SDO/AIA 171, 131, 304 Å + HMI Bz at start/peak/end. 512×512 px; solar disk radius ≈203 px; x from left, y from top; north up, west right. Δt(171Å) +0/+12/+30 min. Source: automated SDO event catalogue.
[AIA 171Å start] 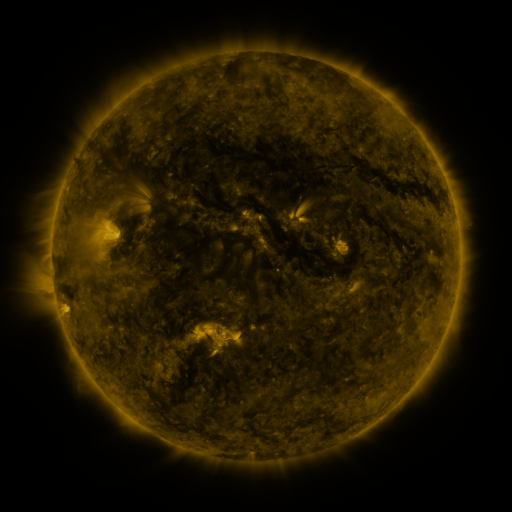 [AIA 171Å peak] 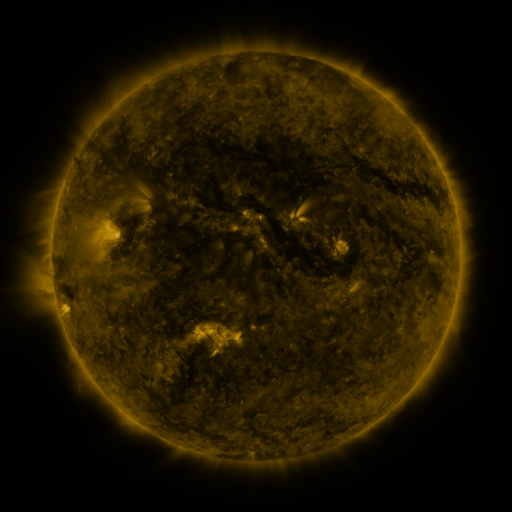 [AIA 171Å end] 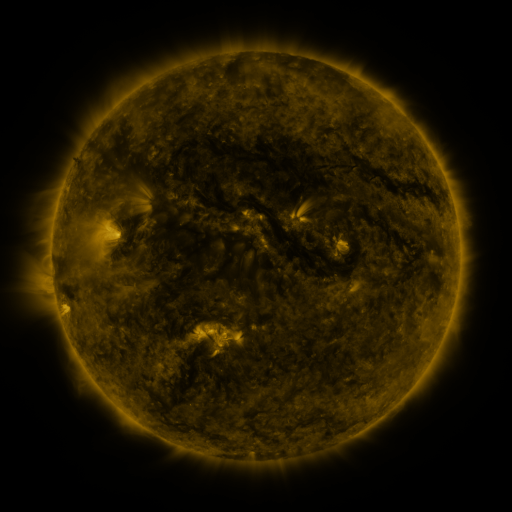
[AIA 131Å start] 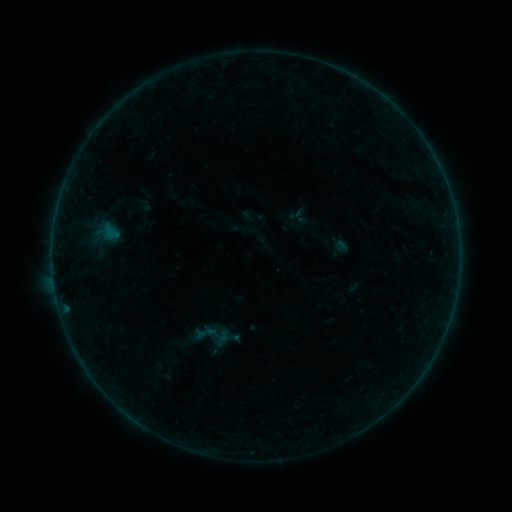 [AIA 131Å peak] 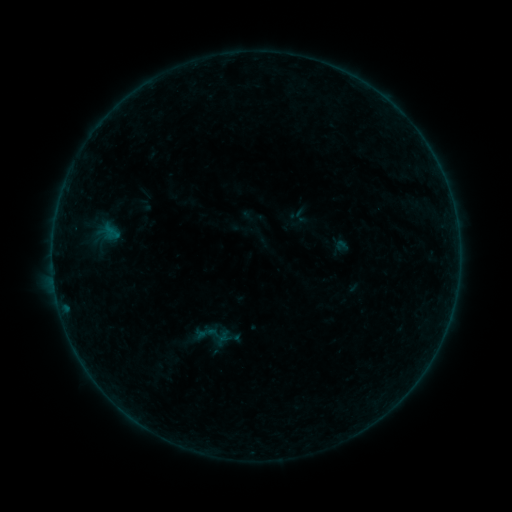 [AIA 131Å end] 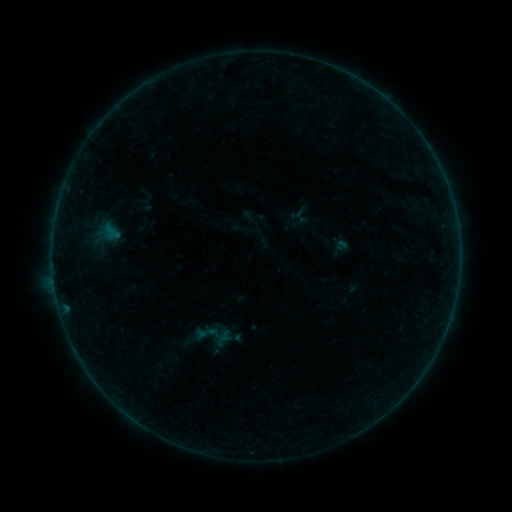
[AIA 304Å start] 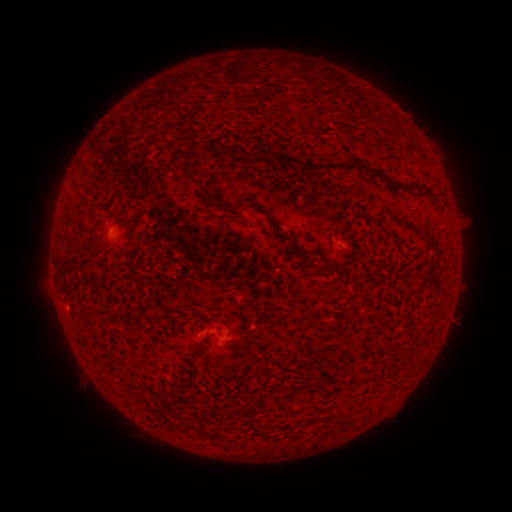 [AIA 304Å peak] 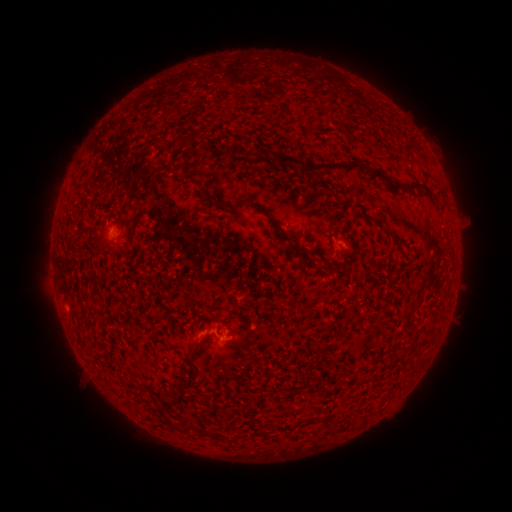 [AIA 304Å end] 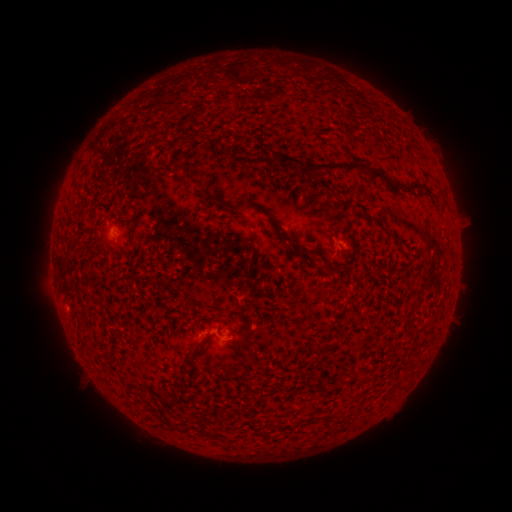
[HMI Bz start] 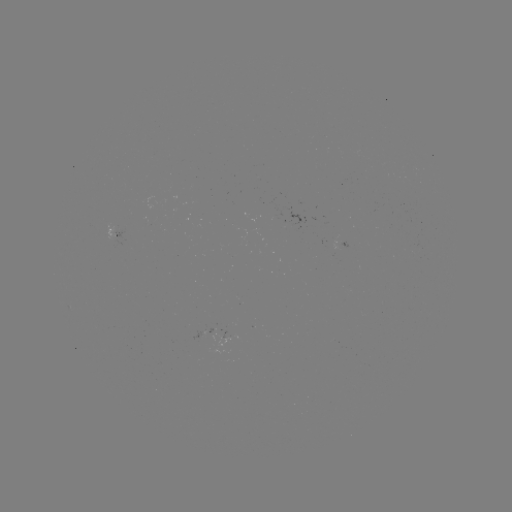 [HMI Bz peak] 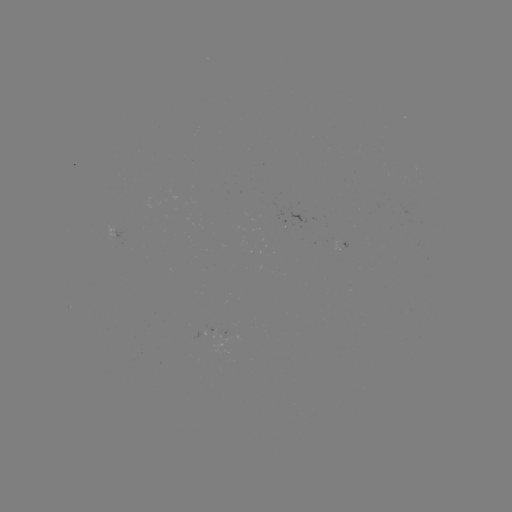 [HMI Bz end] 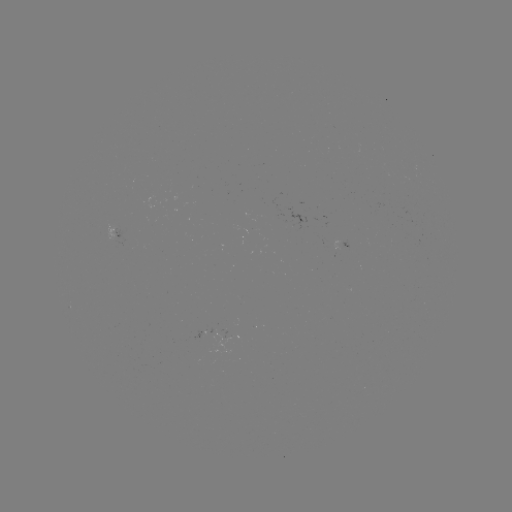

no catalogued flare and no flagged EUV brightening in this window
